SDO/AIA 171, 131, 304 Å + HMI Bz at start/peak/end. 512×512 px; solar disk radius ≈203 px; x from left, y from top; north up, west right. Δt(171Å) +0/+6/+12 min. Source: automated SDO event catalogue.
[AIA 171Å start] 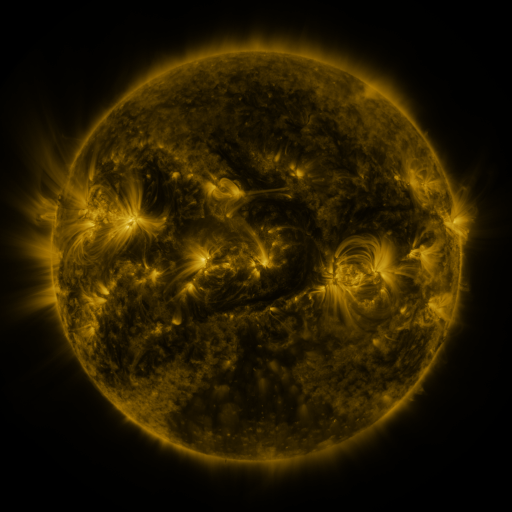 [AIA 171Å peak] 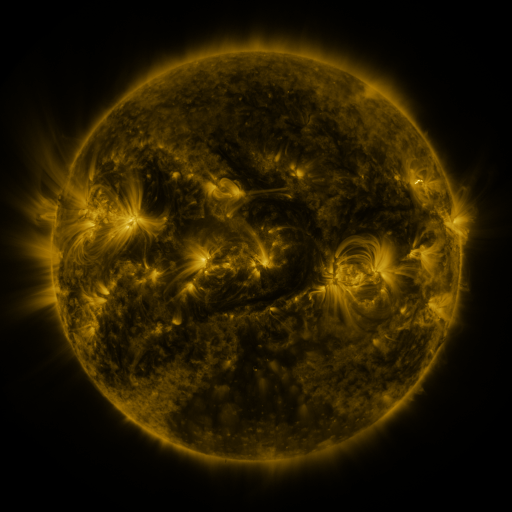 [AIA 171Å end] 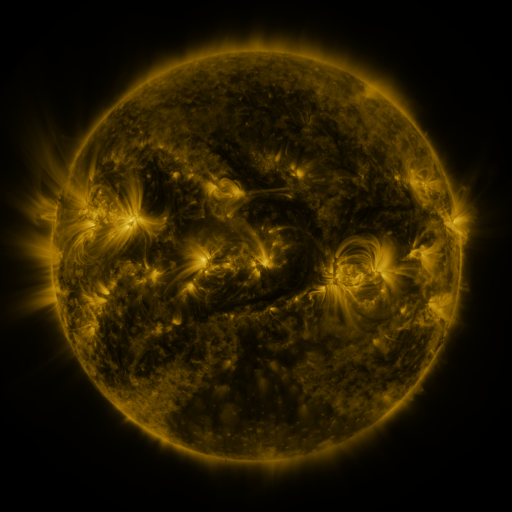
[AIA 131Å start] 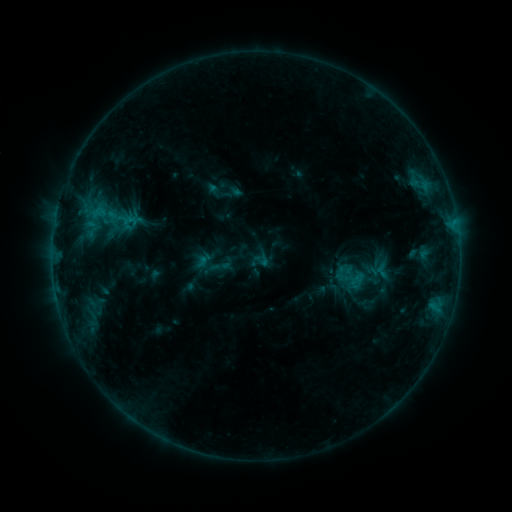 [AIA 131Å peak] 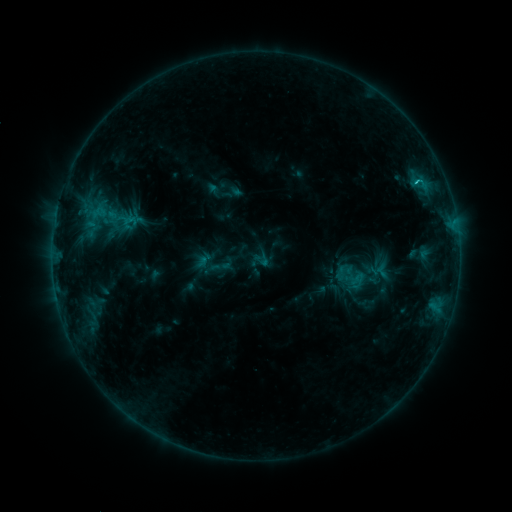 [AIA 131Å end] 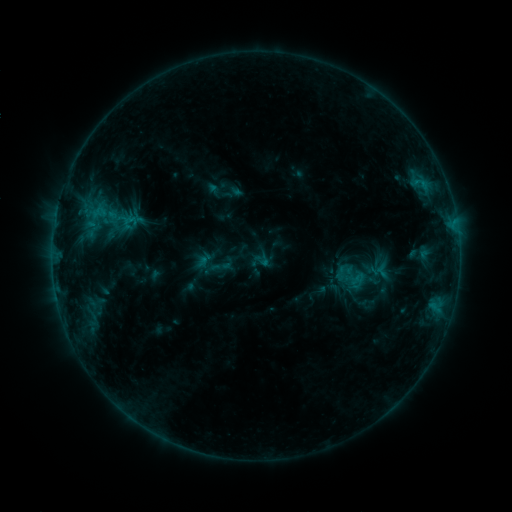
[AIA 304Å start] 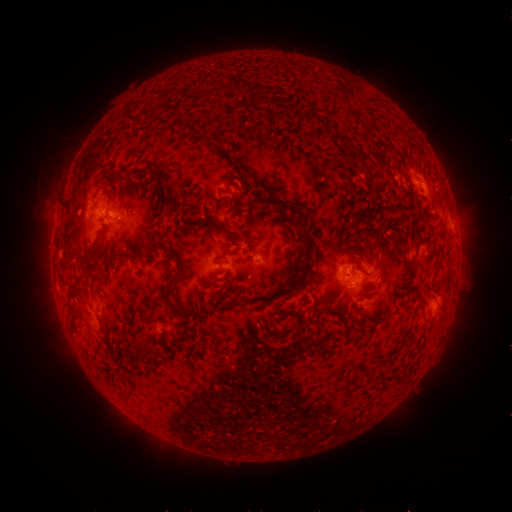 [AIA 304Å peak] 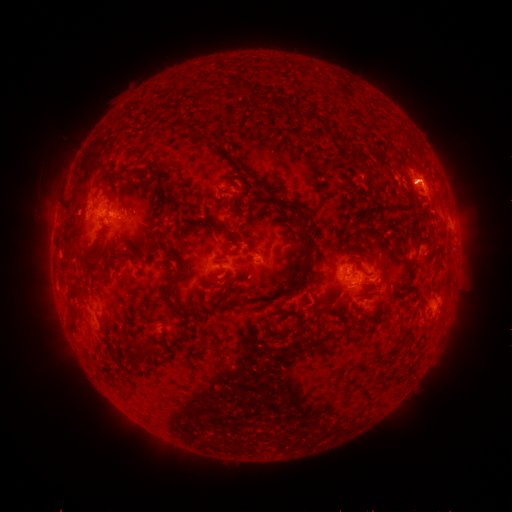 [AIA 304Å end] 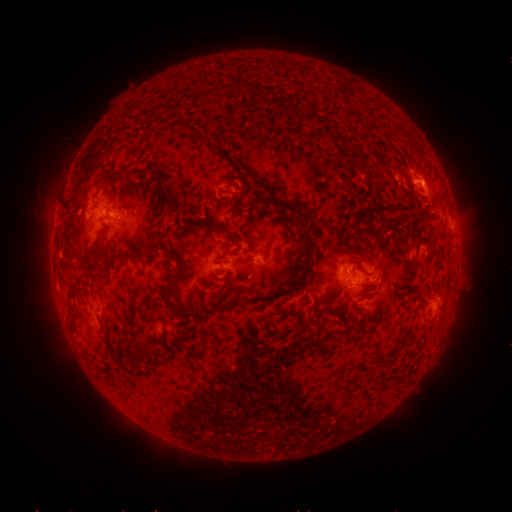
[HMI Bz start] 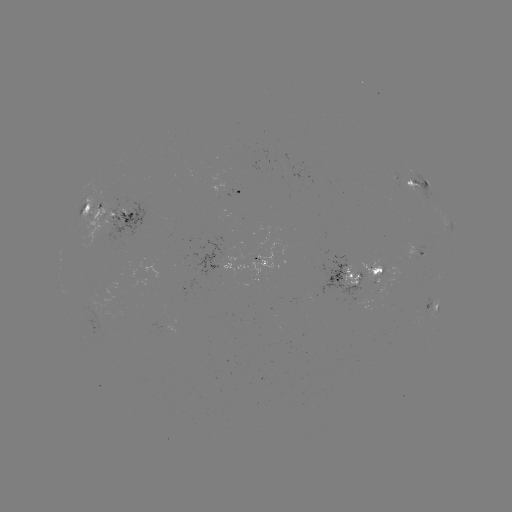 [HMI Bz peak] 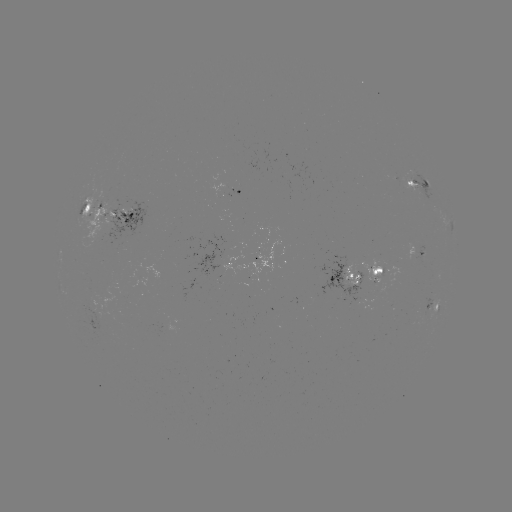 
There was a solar flare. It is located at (416, 182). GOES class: B9.9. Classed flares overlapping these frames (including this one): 1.